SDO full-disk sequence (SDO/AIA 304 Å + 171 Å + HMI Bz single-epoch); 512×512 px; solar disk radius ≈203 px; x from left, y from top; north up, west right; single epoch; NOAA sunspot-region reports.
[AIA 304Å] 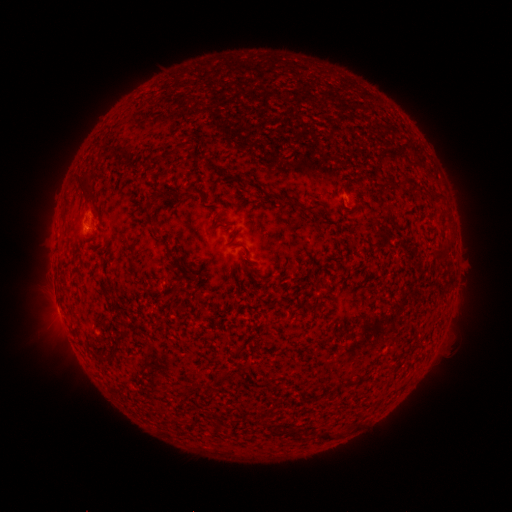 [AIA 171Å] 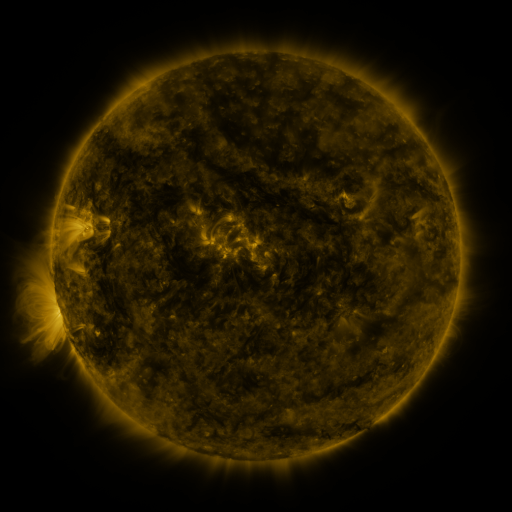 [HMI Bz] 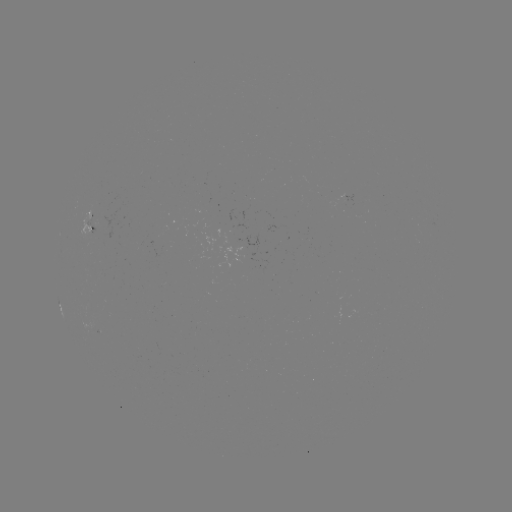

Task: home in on spotted active region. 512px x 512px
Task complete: (87, 226).